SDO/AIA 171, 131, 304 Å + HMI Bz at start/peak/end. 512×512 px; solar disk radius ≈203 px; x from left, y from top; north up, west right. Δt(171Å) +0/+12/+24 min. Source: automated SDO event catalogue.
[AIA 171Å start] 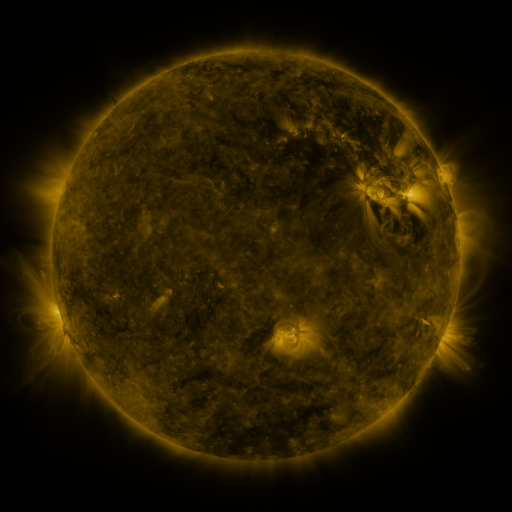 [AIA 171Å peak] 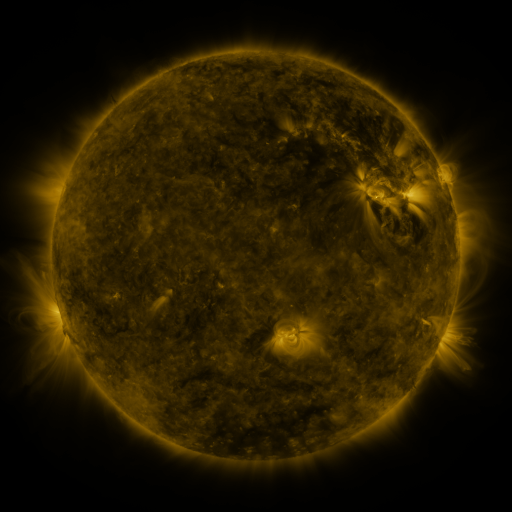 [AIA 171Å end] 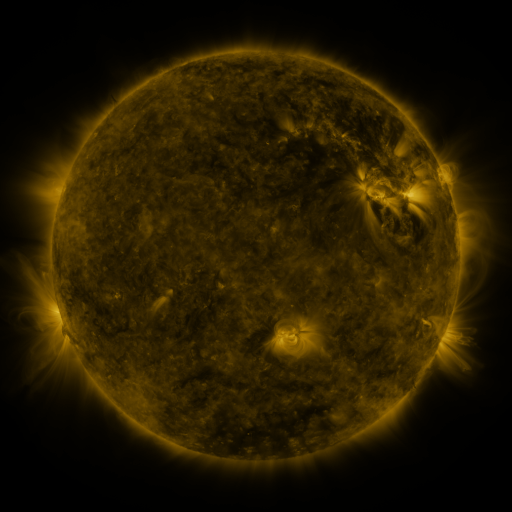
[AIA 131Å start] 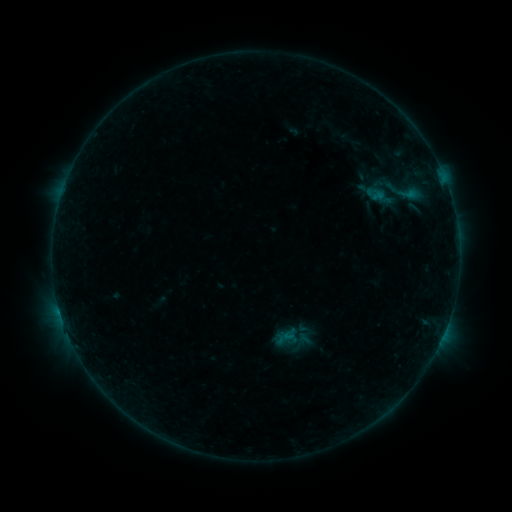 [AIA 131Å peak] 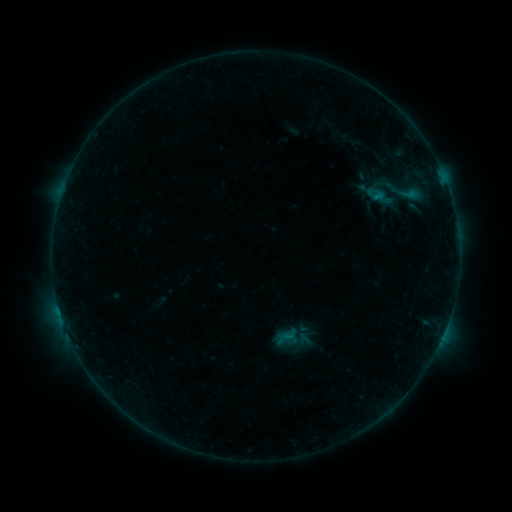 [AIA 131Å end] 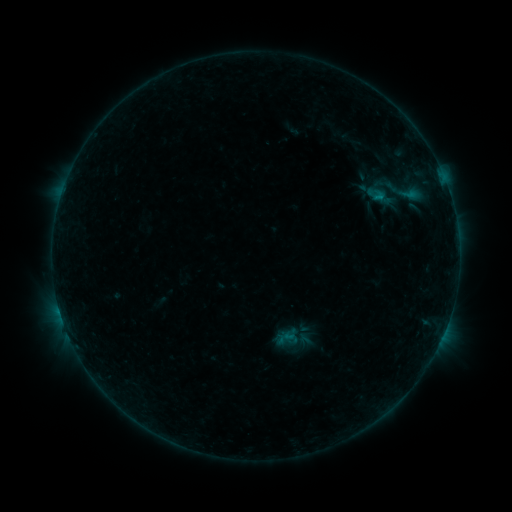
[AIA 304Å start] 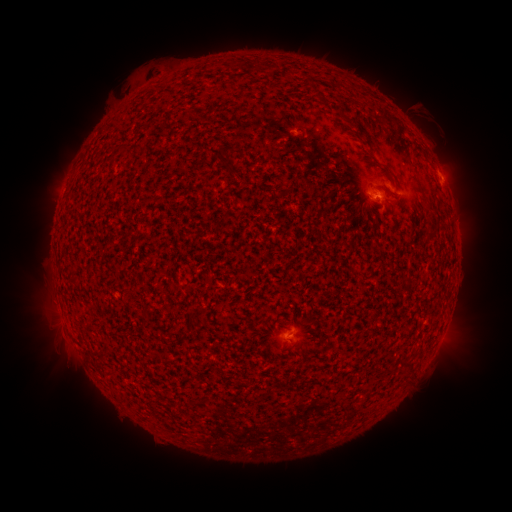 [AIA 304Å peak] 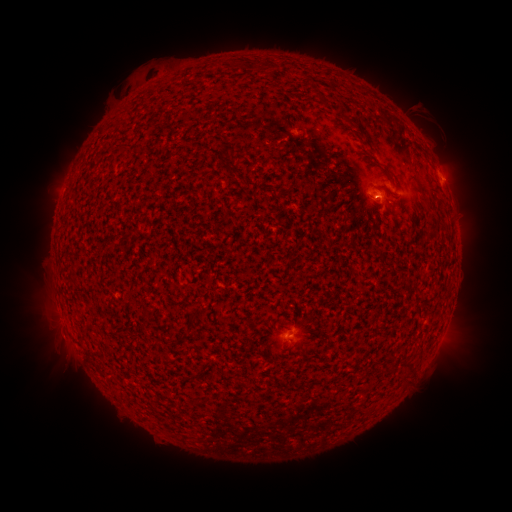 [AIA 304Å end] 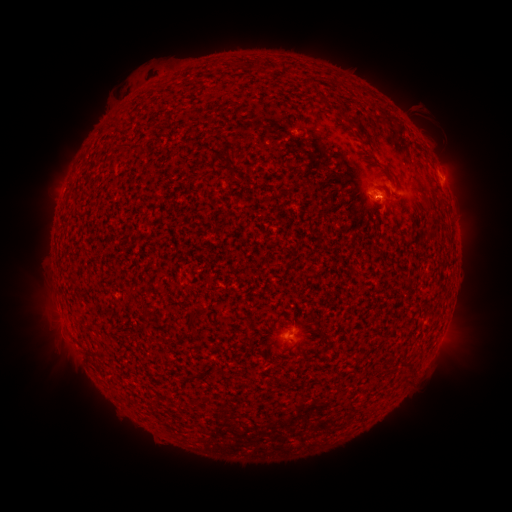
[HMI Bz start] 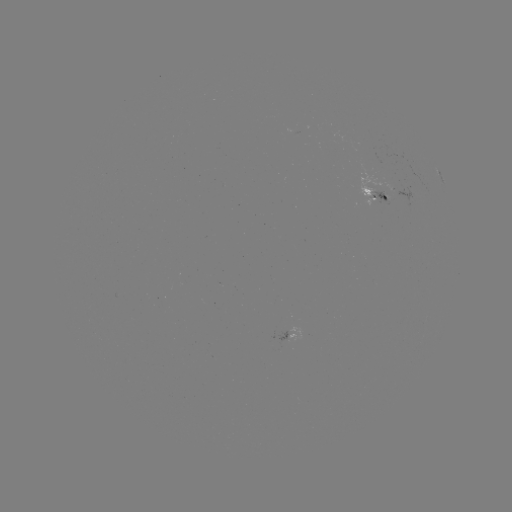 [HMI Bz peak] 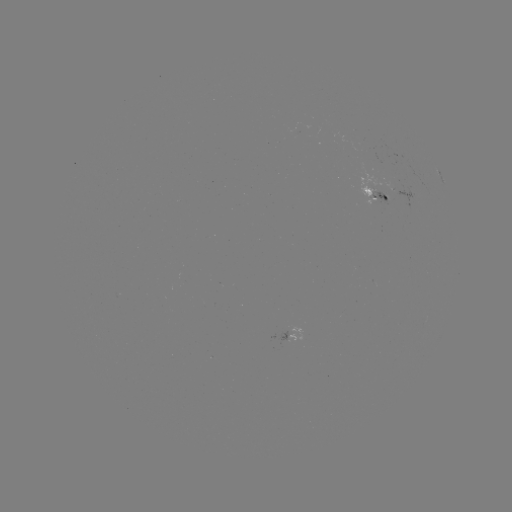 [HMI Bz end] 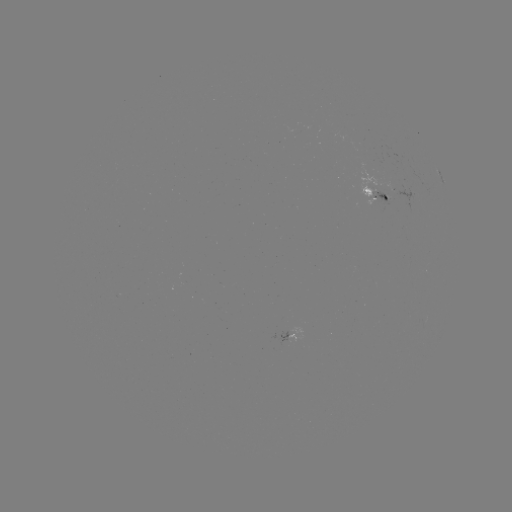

nothing was catalogued: no classed flare, no EUV trigger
